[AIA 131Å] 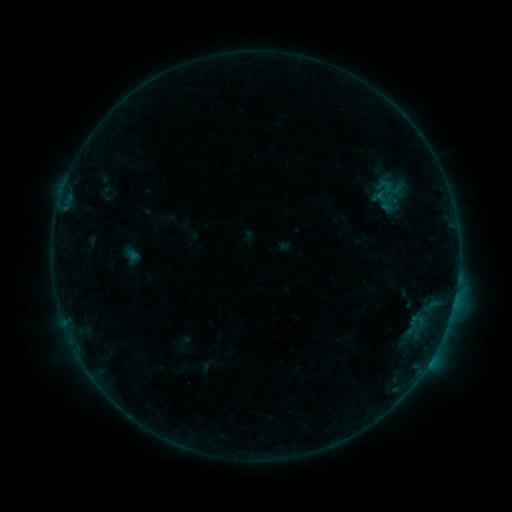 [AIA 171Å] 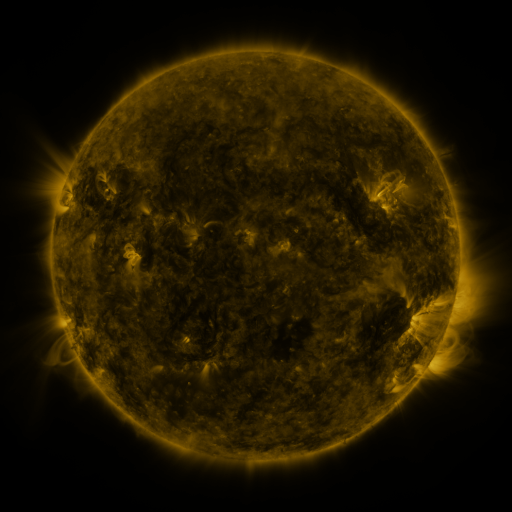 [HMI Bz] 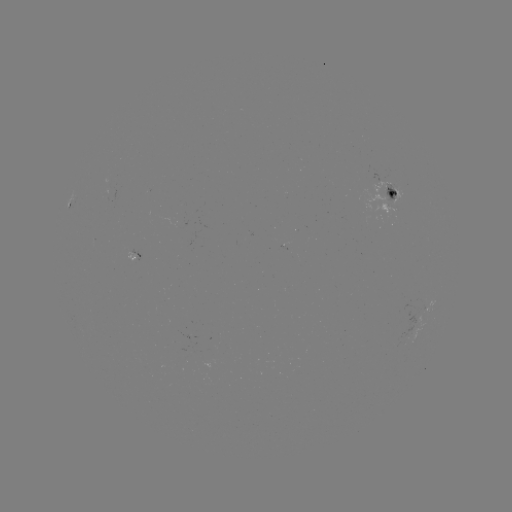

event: sigmoid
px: (384, 190)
